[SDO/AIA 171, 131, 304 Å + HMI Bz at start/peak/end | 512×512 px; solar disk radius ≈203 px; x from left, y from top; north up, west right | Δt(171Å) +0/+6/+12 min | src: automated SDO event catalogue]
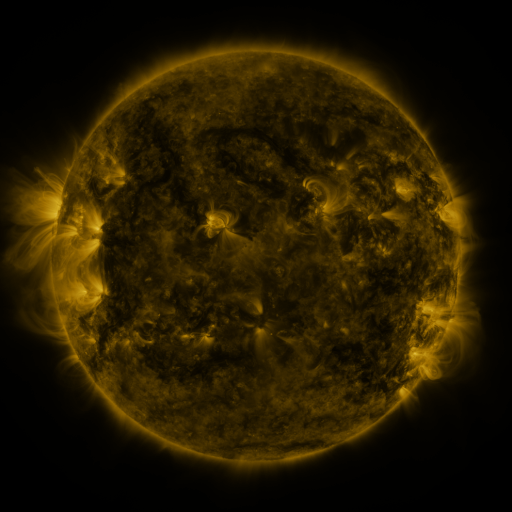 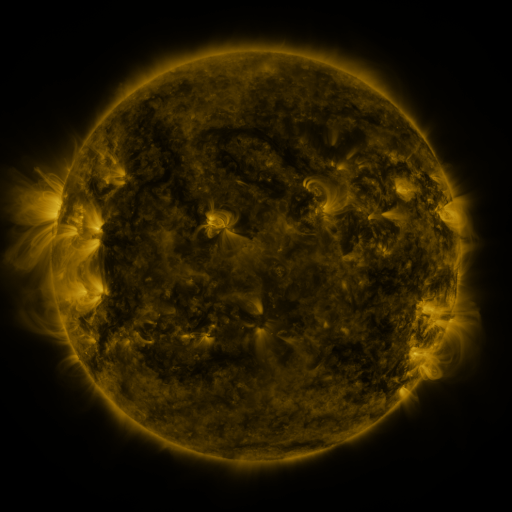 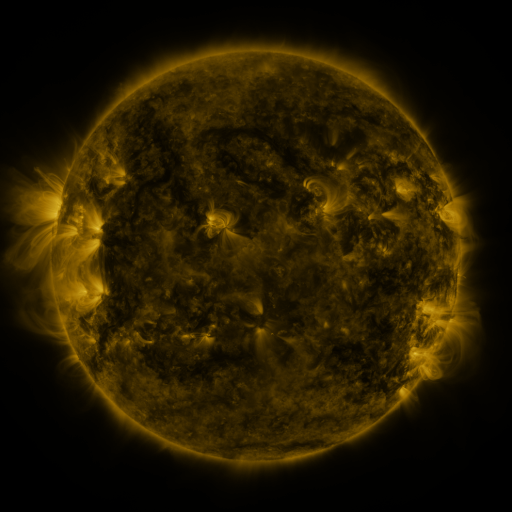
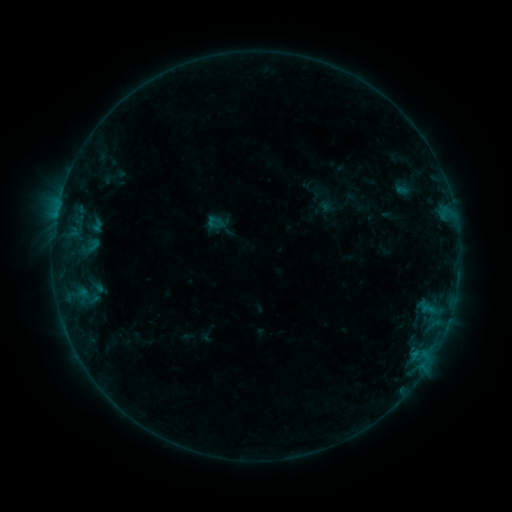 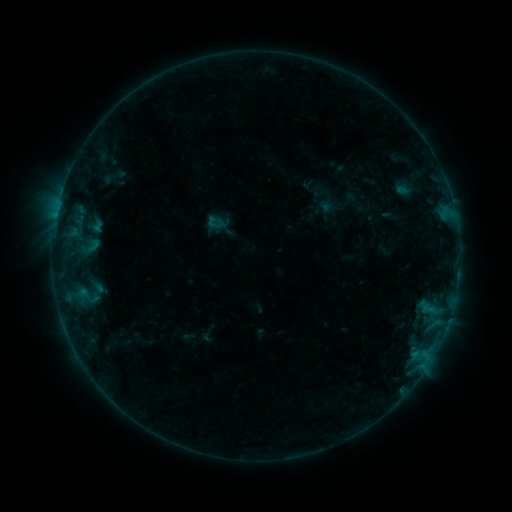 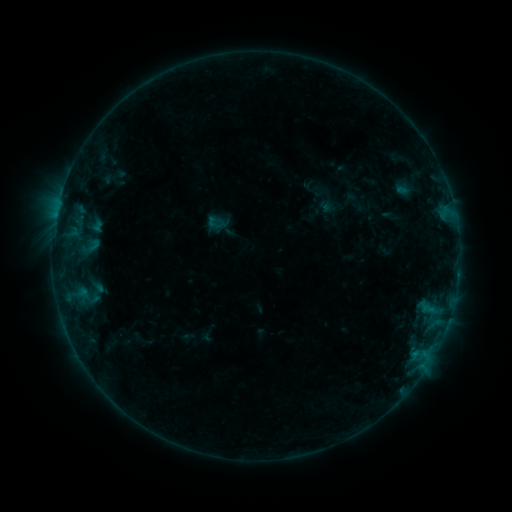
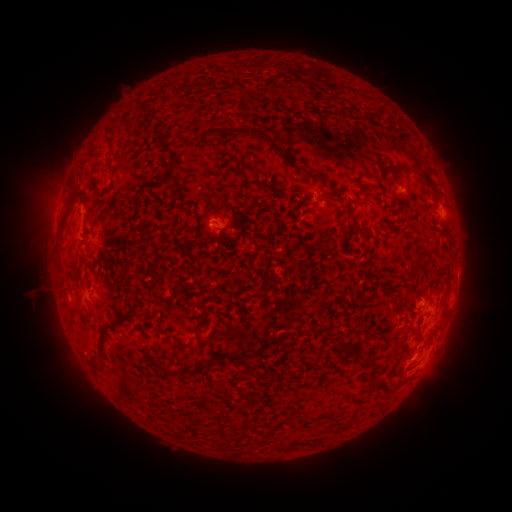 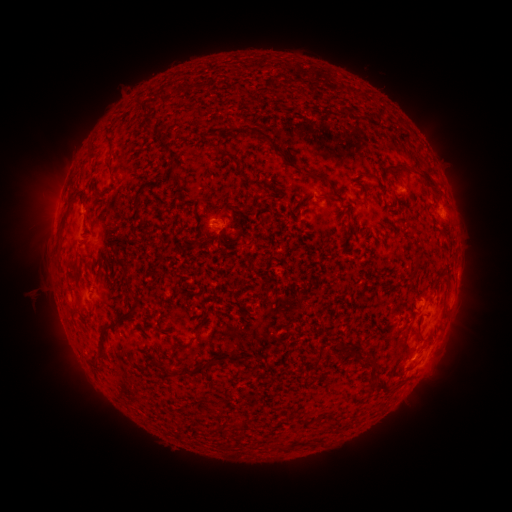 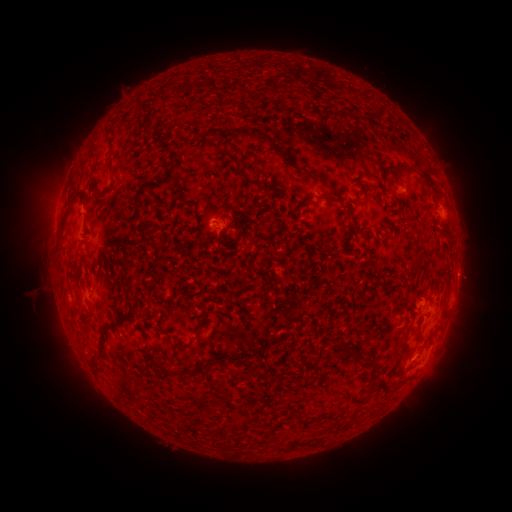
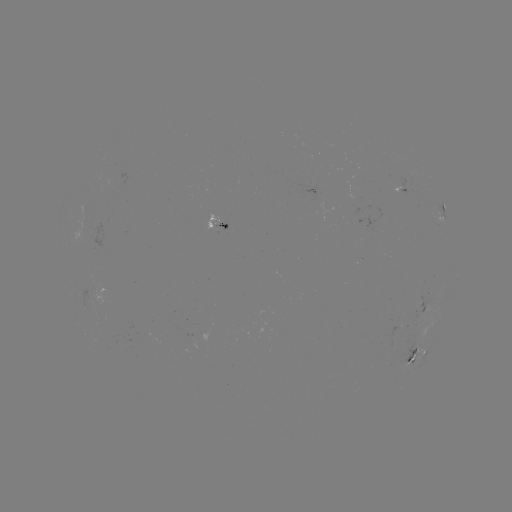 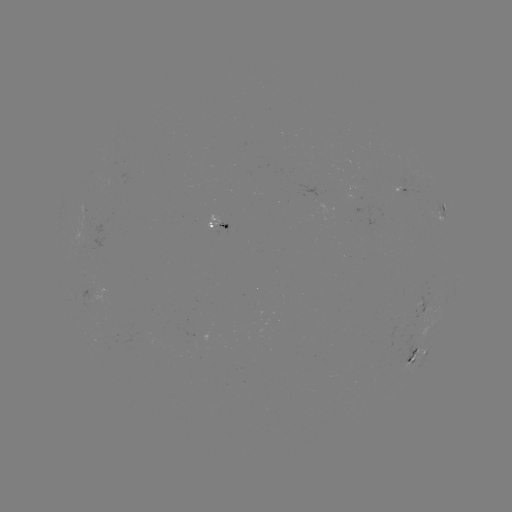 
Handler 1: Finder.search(eruption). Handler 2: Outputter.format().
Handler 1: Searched eruption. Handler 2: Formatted [466, 274].